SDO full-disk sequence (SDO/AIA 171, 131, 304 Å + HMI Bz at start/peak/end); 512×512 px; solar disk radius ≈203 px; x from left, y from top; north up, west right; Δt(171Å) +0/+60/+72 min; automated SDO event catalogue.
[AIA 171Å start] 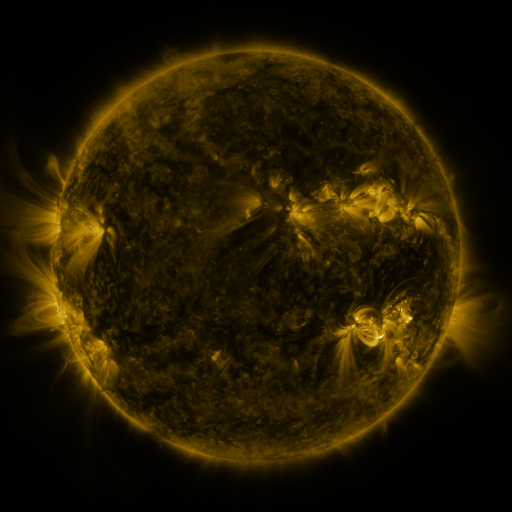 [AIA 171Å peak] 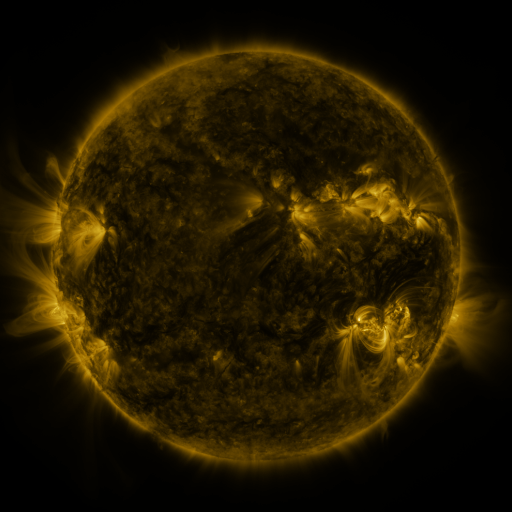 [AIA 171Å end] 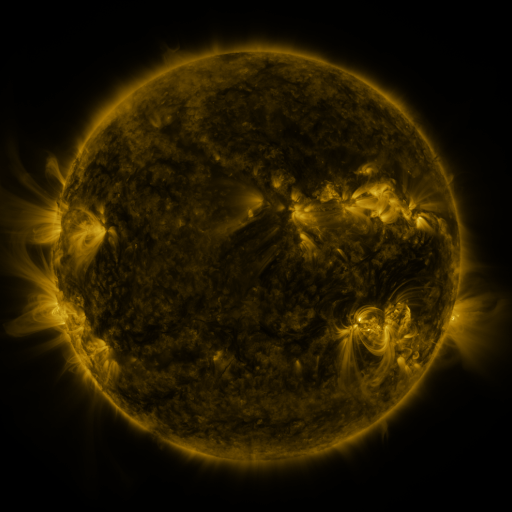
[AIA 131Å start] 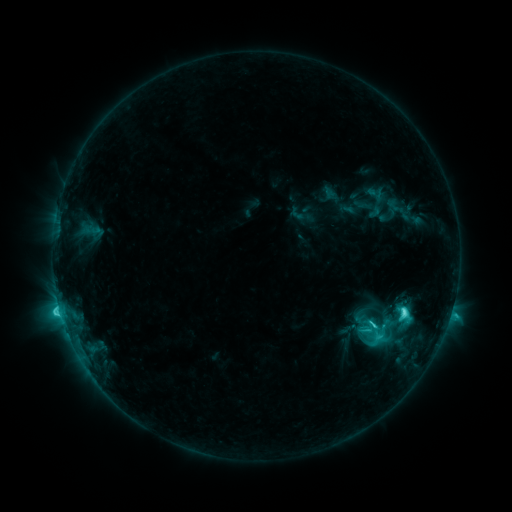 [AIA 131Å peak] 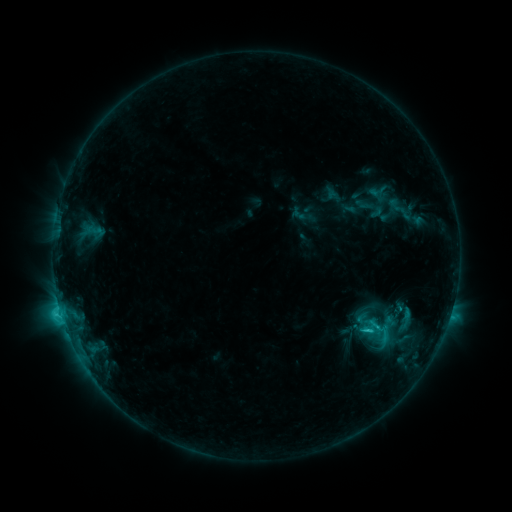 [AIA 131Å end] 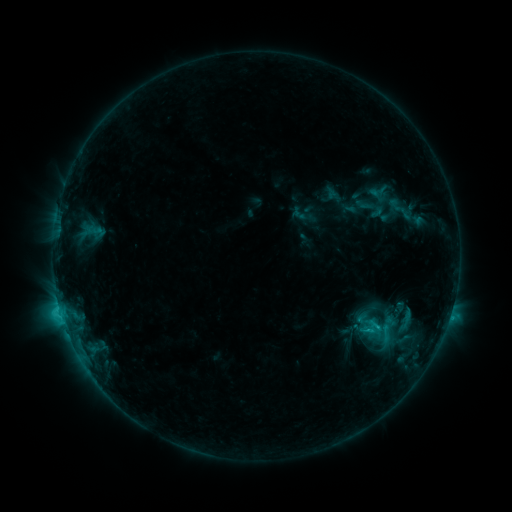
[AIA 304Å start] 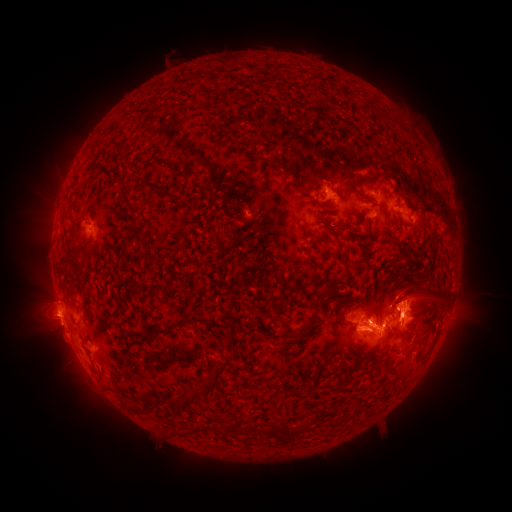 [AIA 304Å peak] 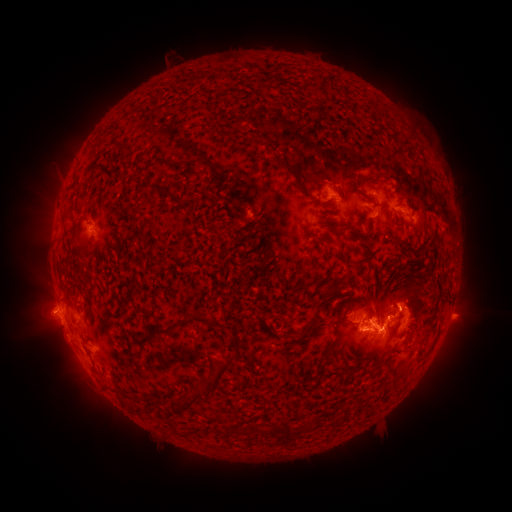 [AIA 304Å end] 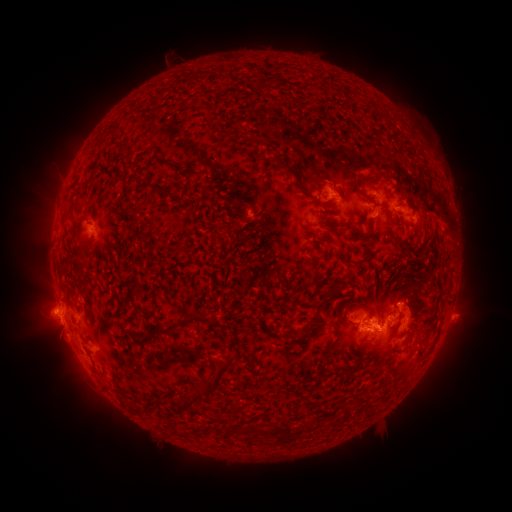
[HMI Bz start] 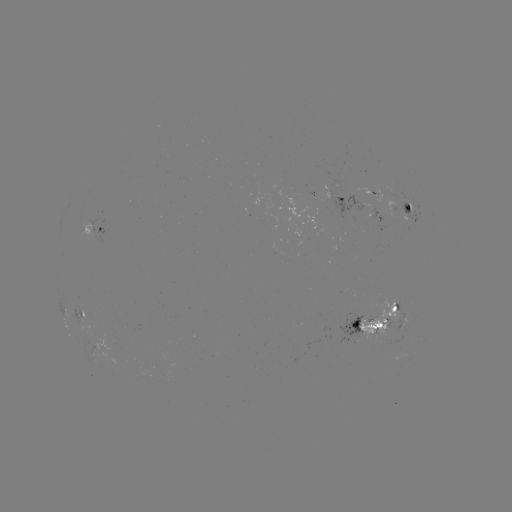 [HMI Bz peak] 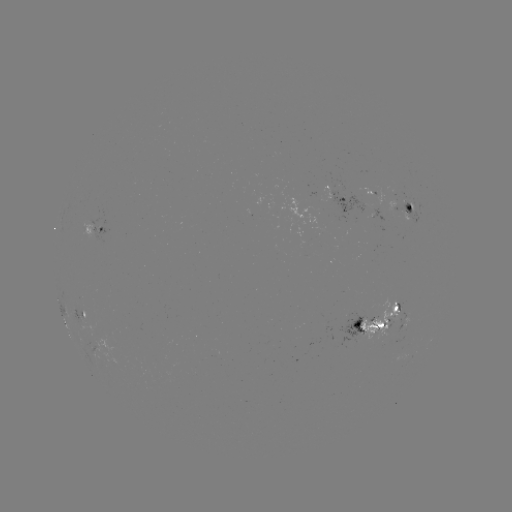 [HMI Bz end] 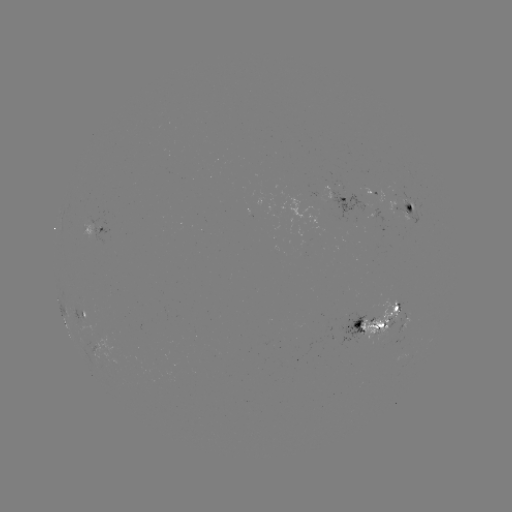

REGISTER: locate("emerging-flux region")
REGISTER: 405,318